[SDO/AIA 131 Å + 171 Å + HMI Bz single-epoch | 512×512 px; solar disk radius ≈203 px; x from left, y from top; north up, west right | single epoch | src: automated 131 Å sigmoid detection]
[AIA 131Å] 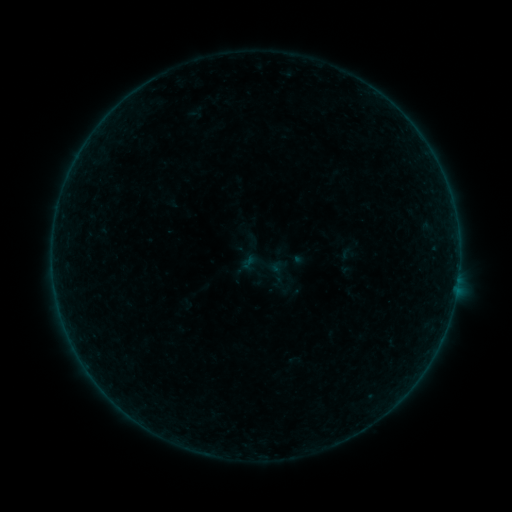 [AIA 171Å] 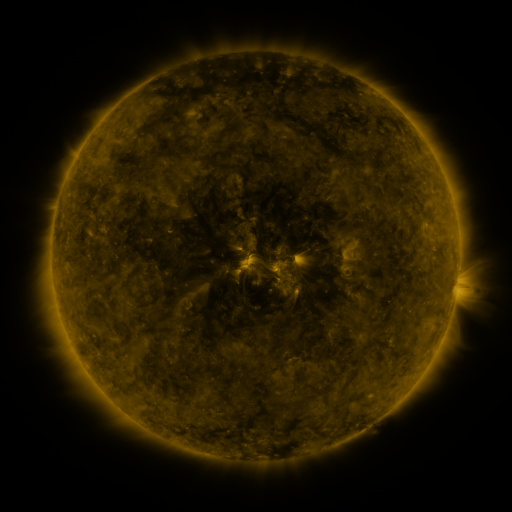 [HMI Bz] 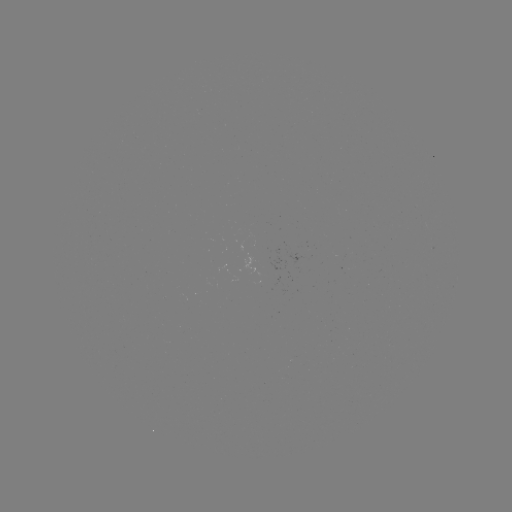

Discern sigmoid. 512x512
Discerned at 261,265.